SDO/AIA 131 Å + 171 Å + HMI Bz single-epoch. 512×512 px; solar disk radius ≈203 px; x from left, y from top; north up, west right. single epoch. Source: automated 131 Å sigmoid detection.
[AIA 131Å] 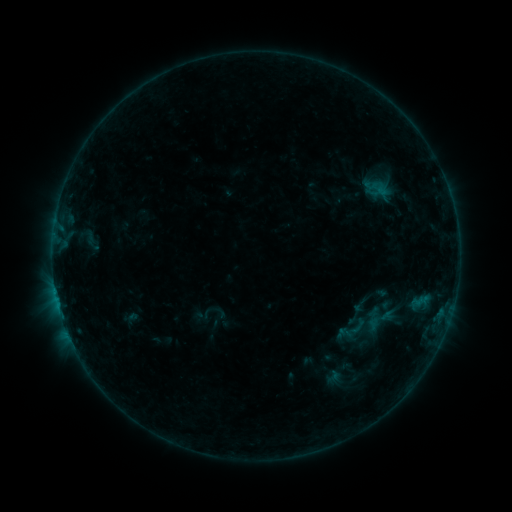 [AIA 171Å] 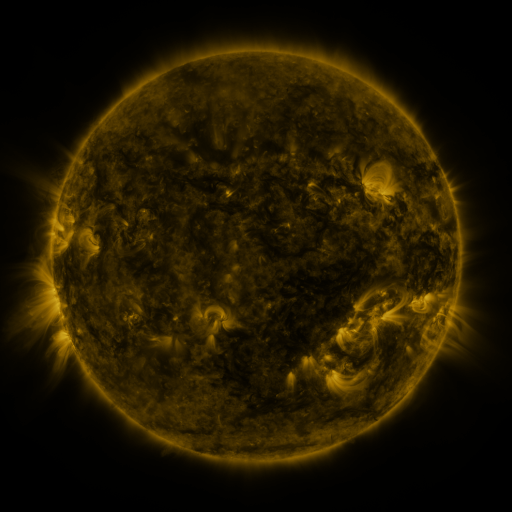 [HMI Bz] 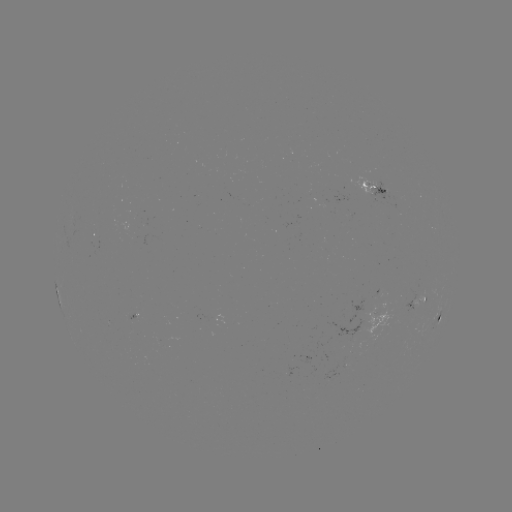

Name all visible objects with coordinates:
sigmoid: <bbox>350, 296, 369, 314</bbox>
